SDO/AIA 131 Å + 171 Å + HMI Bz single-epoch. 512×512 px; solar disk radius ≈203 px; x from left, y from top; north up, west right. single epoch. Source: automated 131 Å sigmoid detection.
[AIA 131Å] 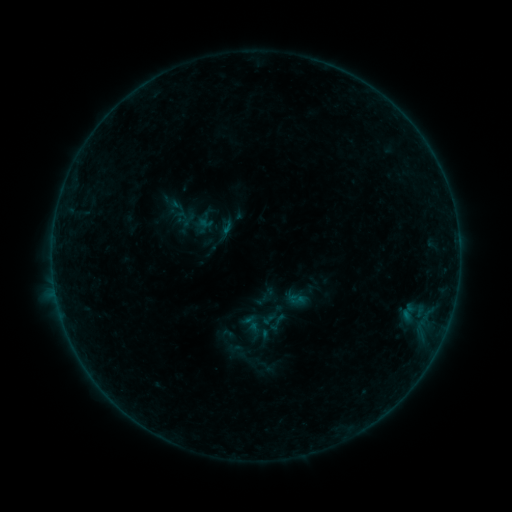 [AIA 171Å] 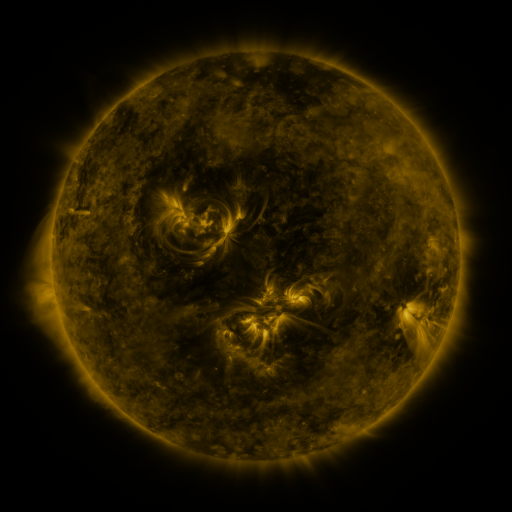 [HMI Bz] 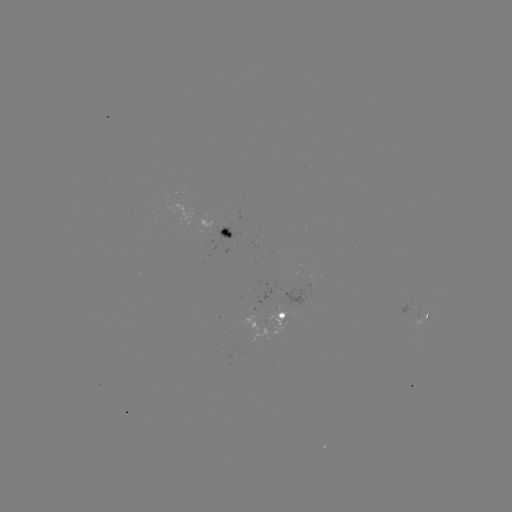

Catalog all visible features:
sigmoid: (238, 311, 264, 337)
sigmoid: (265, 311, 289, 334)
